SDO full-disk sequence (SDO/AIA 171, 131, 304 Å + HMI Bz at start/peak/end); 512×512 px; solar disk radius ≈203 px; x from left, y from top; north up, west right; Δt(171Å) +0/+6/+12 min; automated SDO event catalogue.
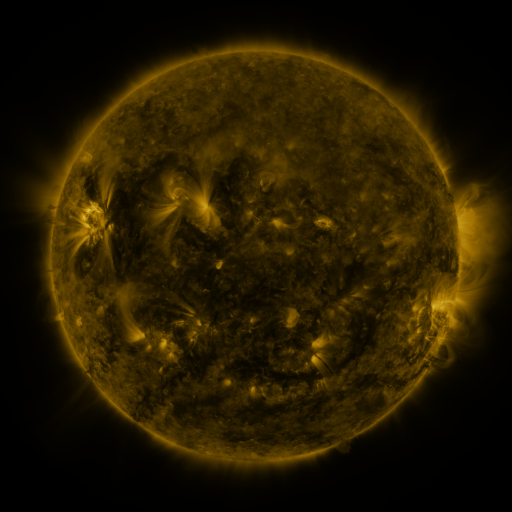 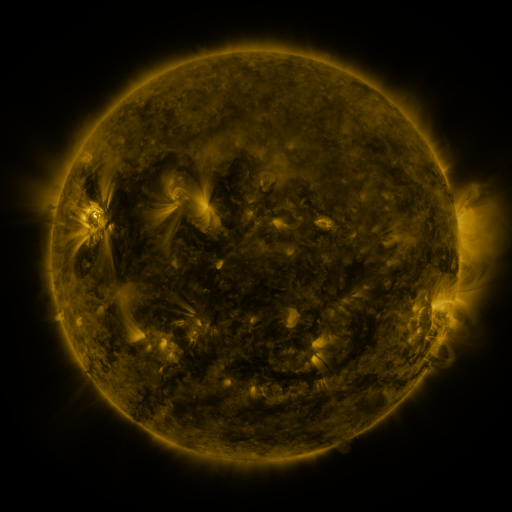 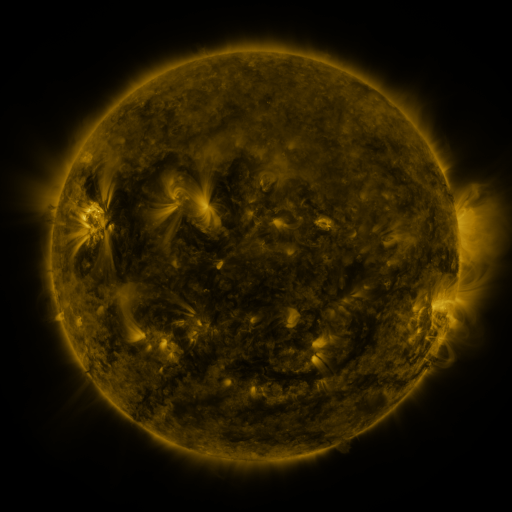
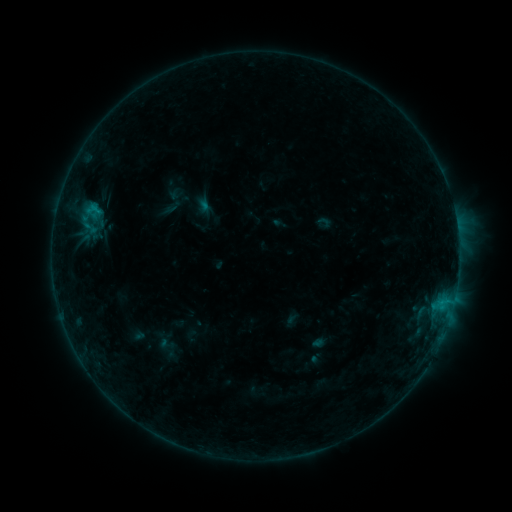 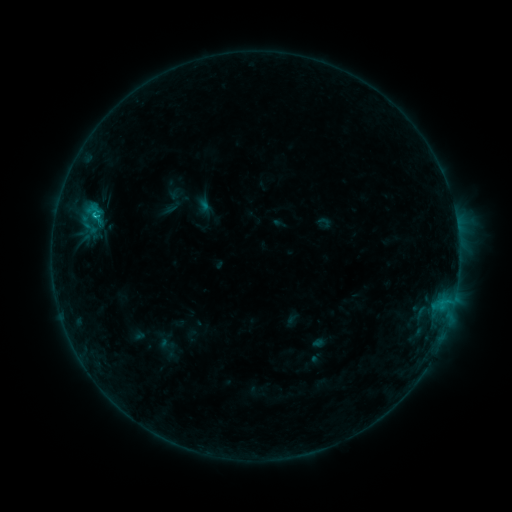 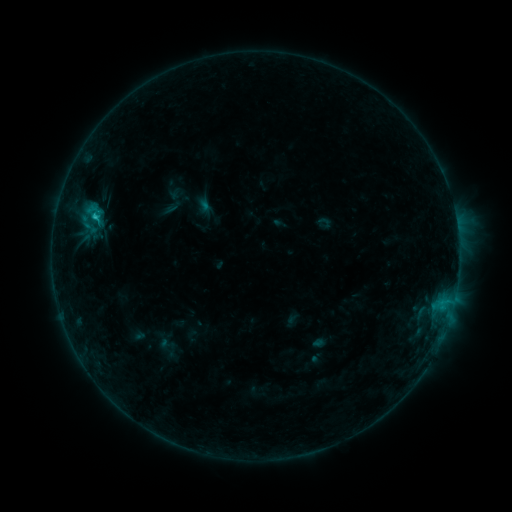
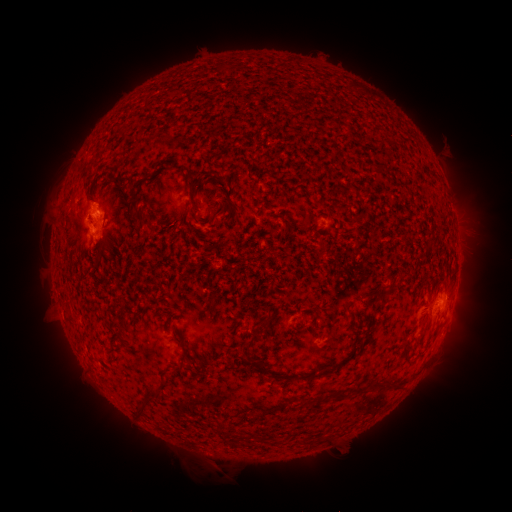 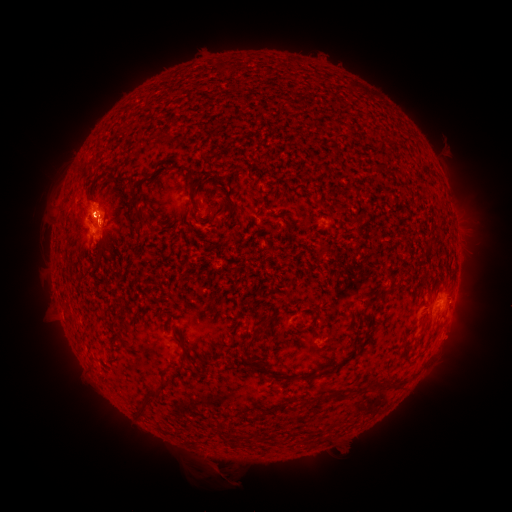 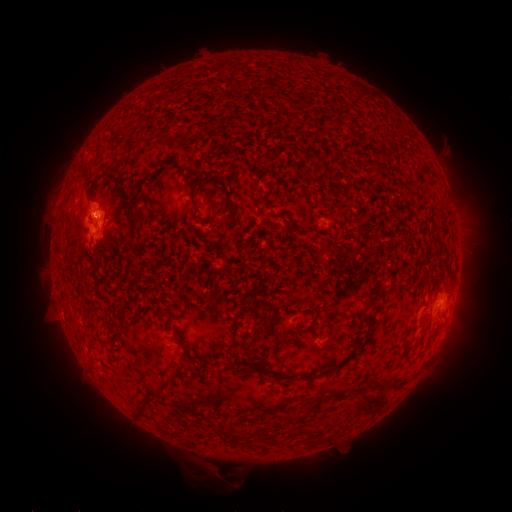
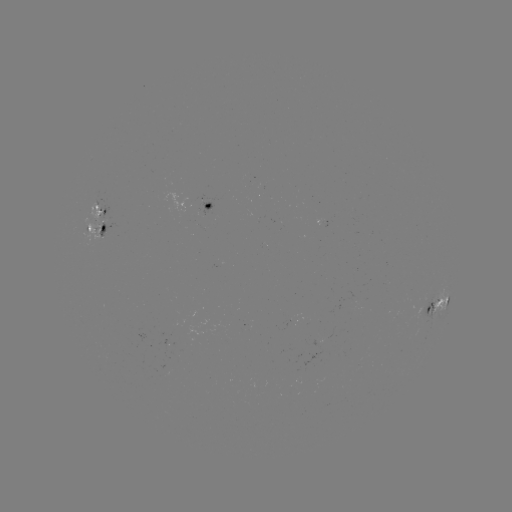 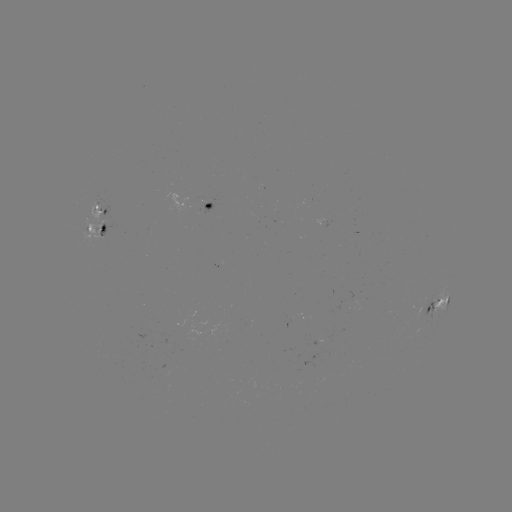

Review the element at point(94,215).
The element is C1.4 flare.